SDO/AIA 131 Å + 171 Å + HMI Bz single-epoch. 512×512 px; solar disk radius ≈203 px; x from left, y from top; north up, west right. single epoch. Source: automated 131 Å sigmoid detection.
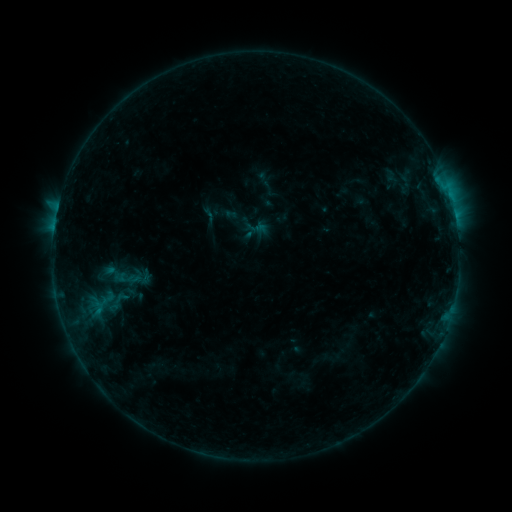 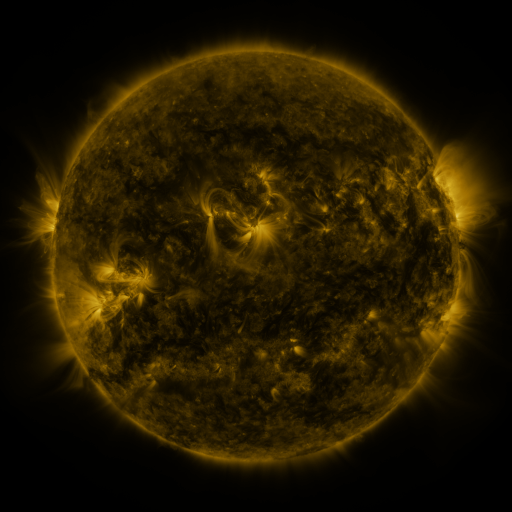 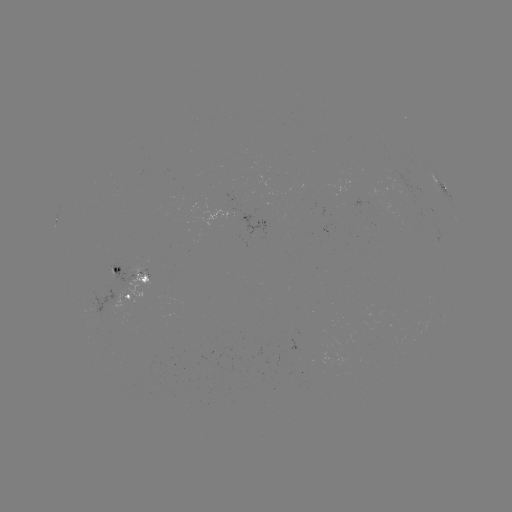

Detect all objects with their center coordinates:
sigmoid: (209, 215)
sigmoid: (118, 302)
